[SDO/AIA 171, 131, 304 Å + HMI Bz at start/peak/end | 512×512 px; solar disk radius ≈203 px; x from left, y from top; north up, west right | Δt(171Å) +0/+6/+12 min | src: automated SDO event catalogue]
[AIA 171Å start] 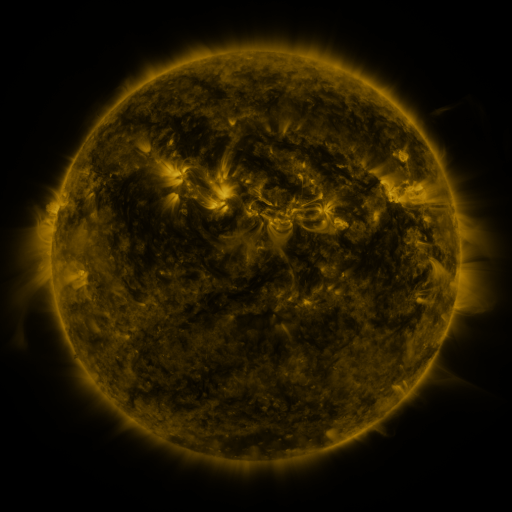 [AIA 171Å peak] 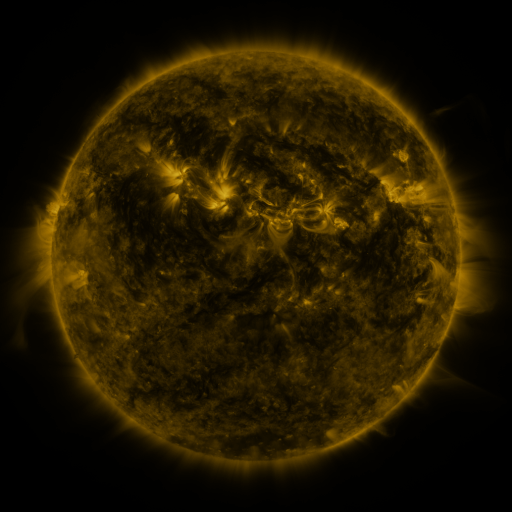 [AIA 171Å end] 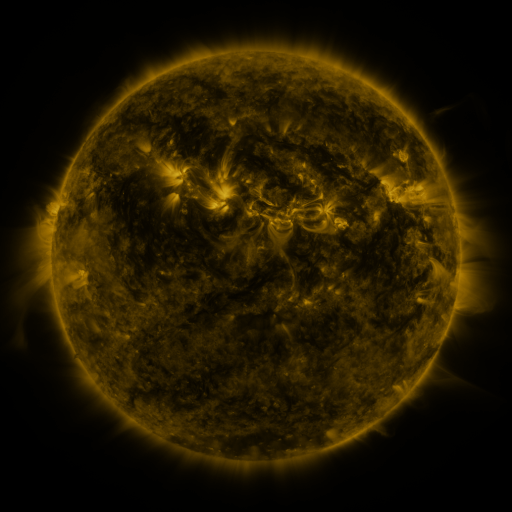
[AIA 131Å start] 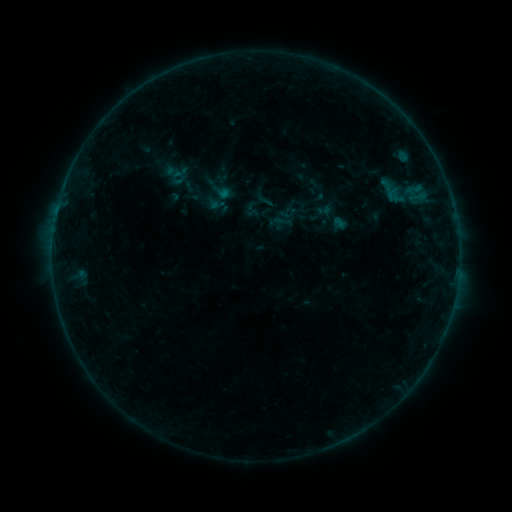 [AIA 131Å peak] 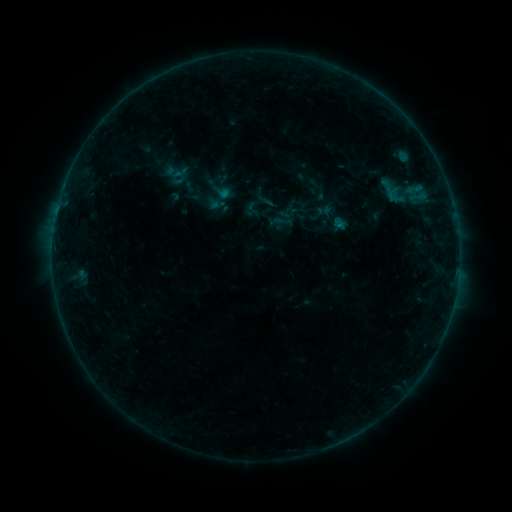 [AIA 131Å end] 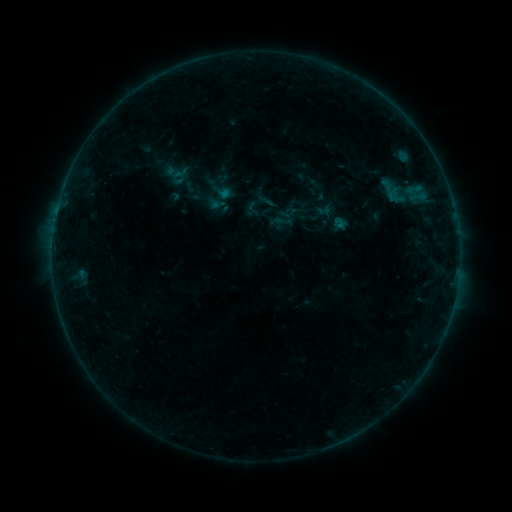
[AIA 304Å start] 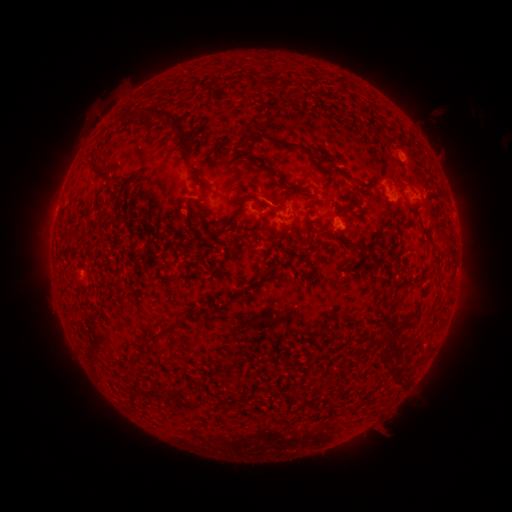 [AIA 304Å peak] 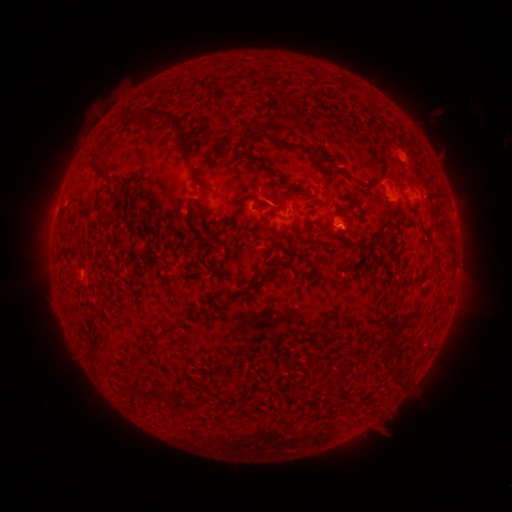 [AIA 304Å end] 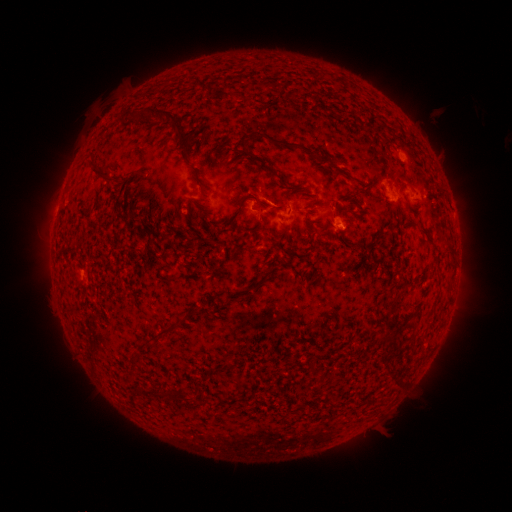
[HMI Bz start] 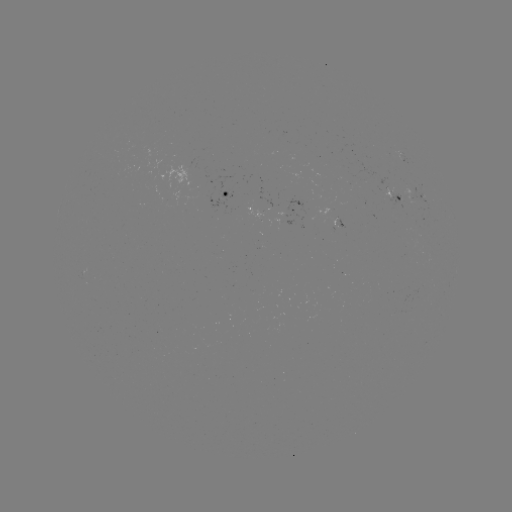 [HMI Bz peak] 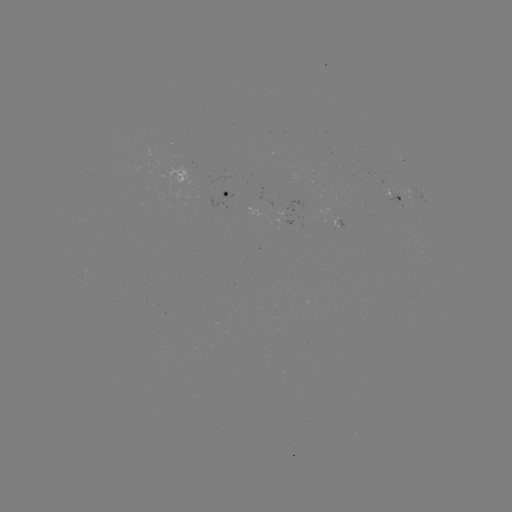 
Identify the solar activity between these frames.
B2.4 flare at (338, 228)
